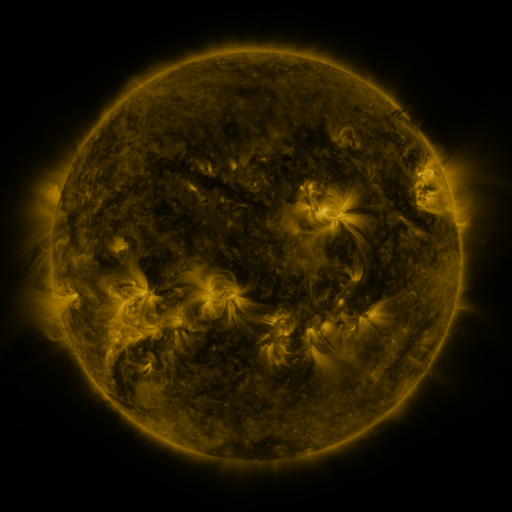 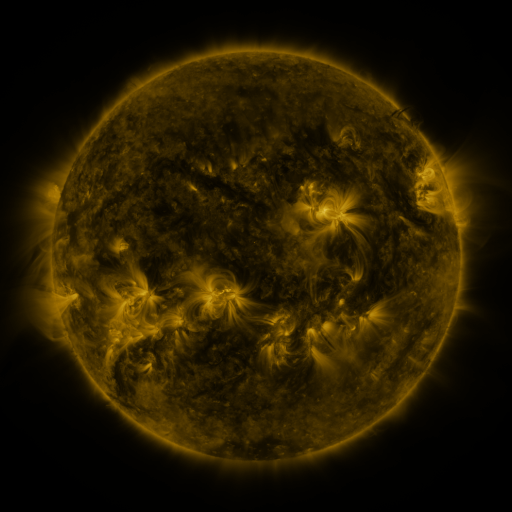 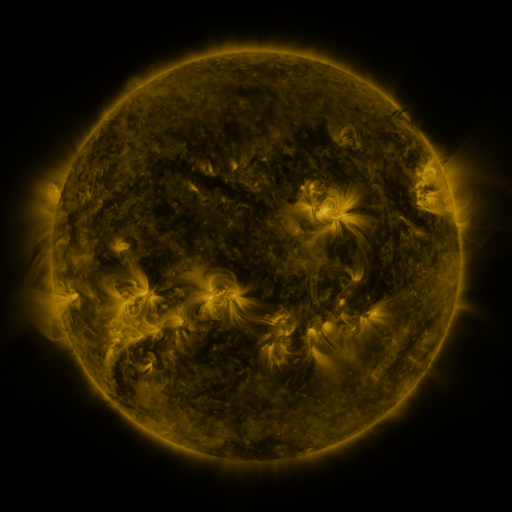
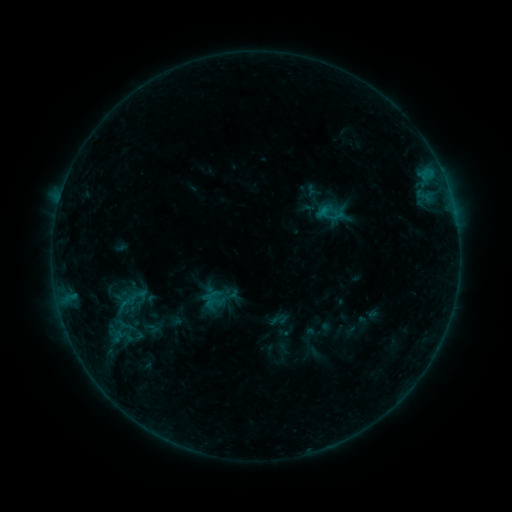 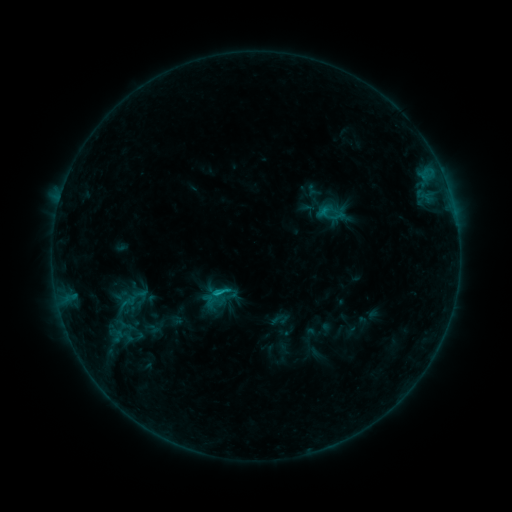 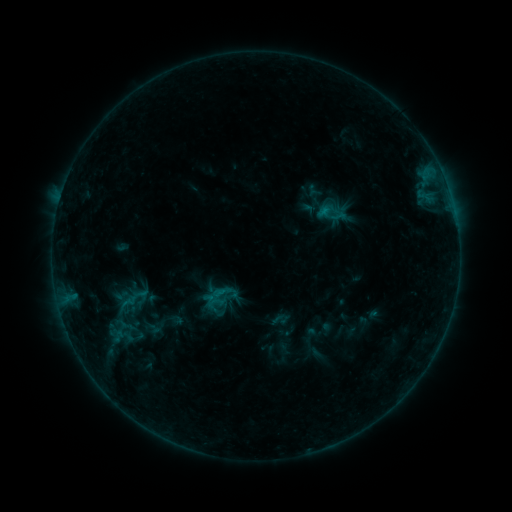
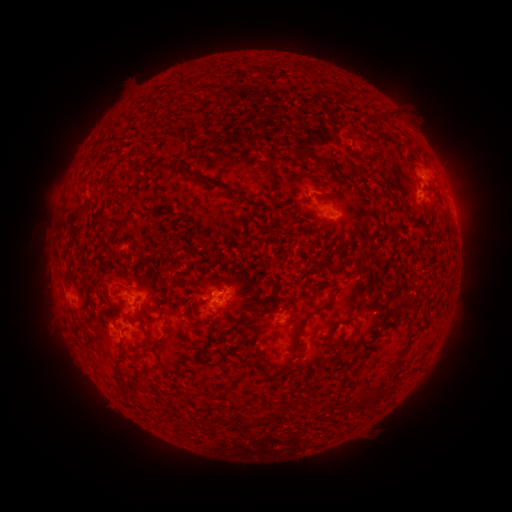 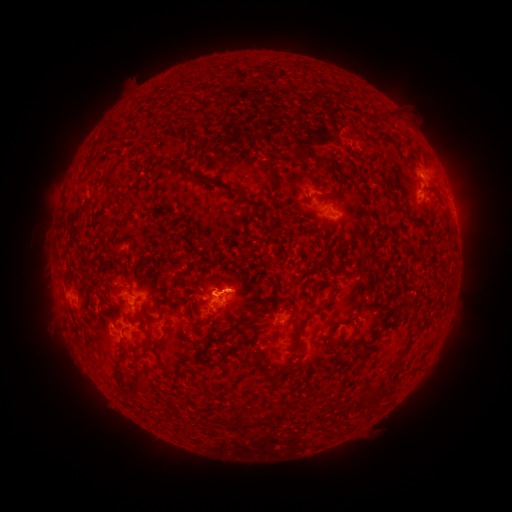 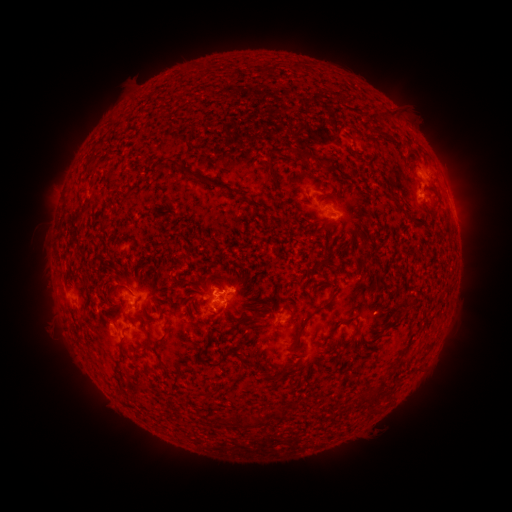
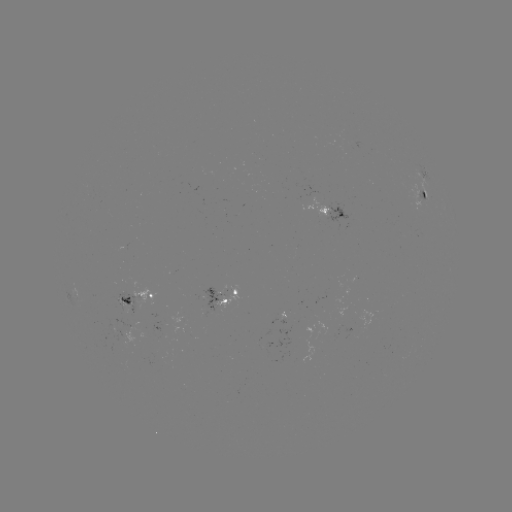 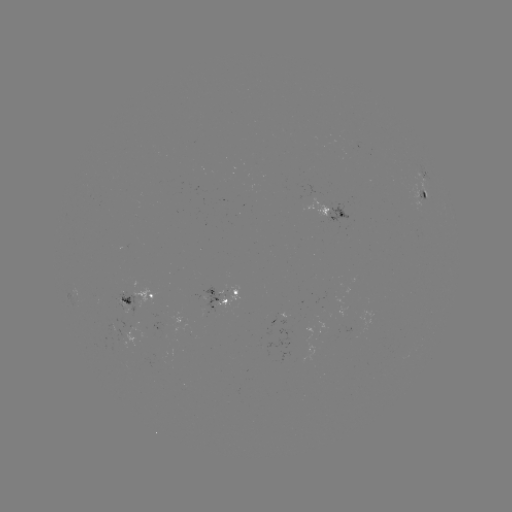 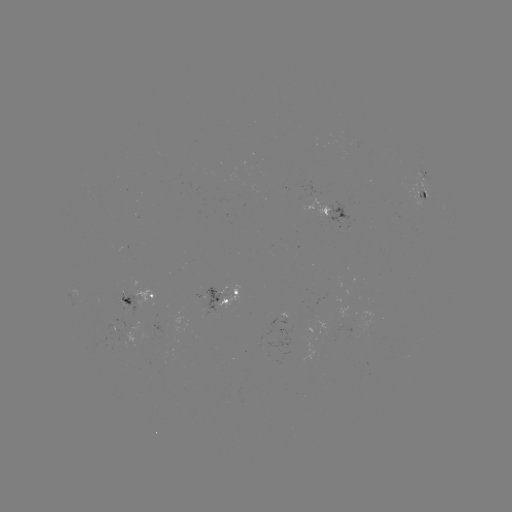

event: flare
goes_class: B6.8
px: (221, 291)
